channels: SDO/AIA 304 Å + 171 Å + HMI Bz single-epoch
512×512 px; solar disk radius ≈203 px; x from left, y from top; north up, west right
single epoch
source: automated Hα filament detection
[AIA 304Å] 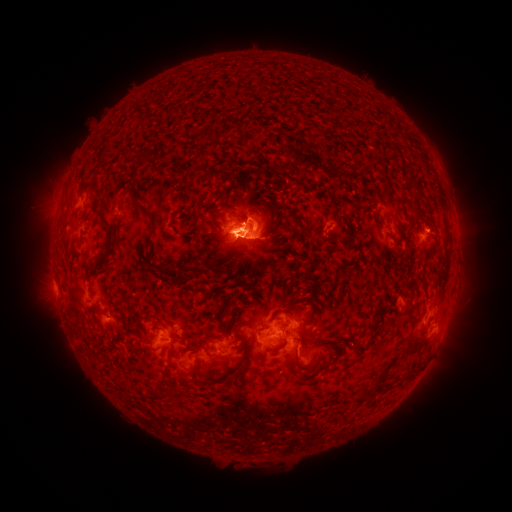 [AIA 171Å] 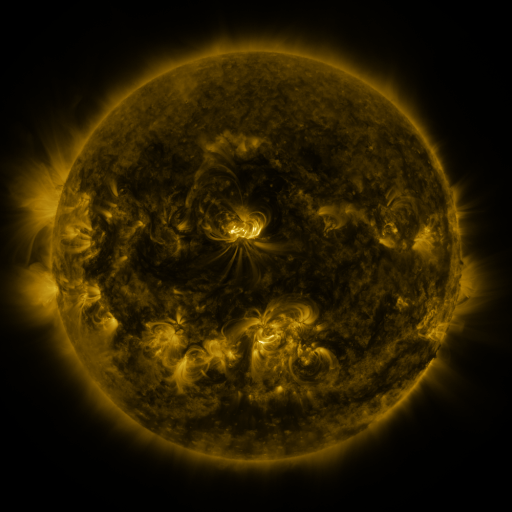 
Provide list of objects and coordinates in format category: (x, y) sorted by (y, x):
filament: (103, 158)
filament: (142, 160)
filament: (295, 168)
filament: (409, 175)
filament: (94, 185)
filament: (220, 209)
filament: (267, 211)
filament: (145, 212)
filament: (229, 221)
filament: (303, 226)
filament: (111, 236)
filament: (153, 248)
filament: (433, 248)
filament: (99, 265)
filament: (237, 294)
filament: (225, 306)
filament: (131, 318)
filament: (272, 318)
filament: (222, 327)
filament: (358, 342)
filament: (331, 344)
filament: (283, 345)
filament: (144, 351)
filament: (242, 363)
filament: (306, 366)
filament: (193, 371)
filament: (411, 372)
filament: (380, 380)
filament: (129, 391)
filament: (160, 397)
